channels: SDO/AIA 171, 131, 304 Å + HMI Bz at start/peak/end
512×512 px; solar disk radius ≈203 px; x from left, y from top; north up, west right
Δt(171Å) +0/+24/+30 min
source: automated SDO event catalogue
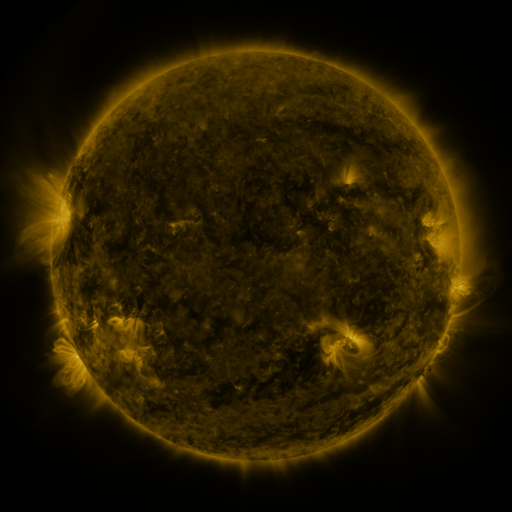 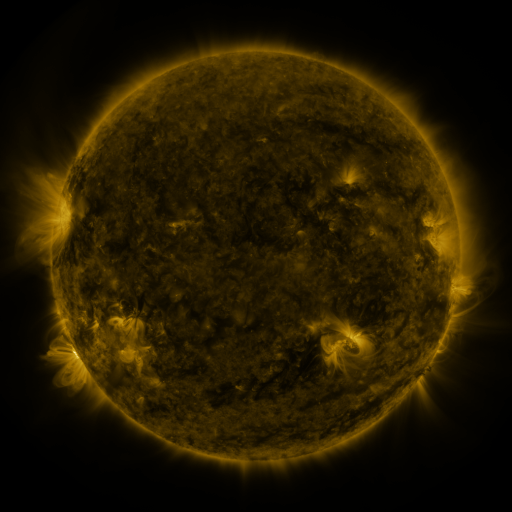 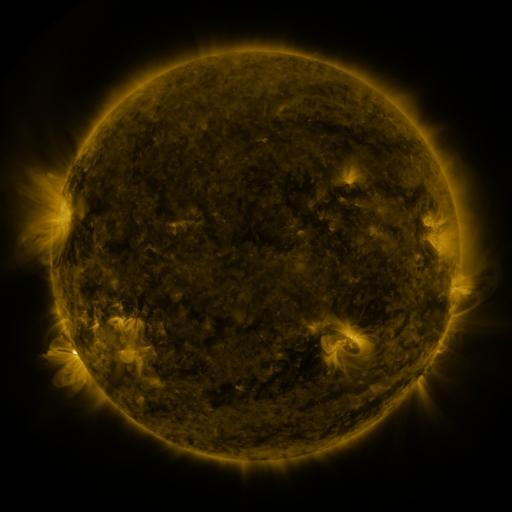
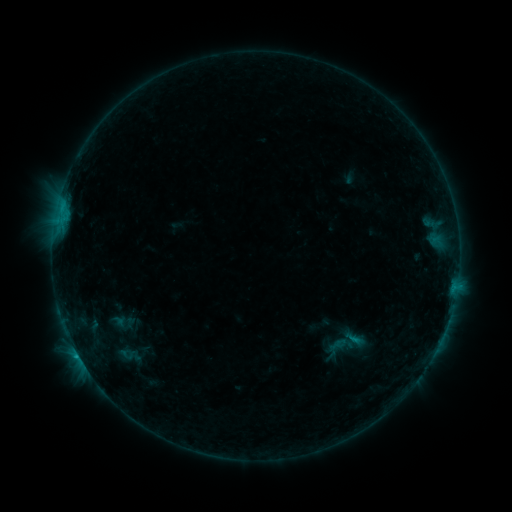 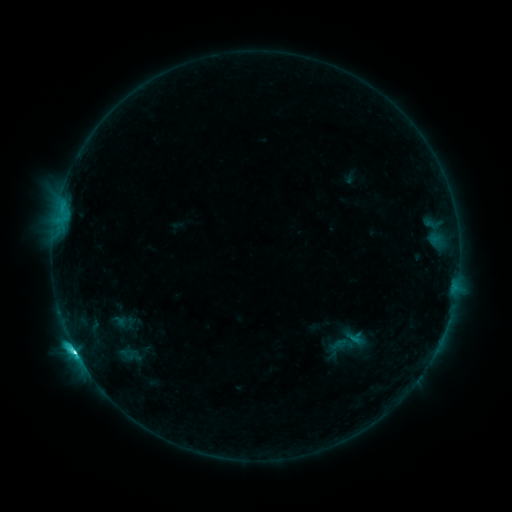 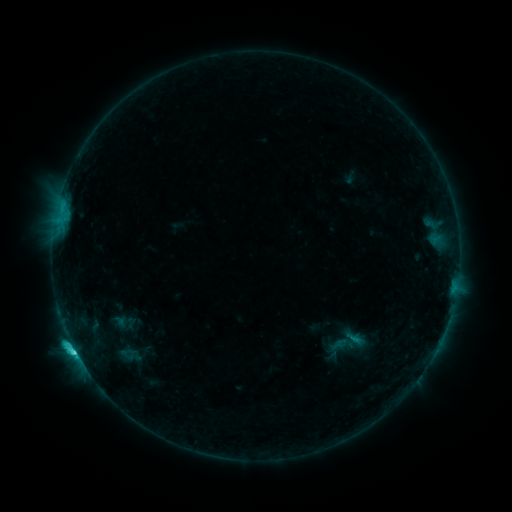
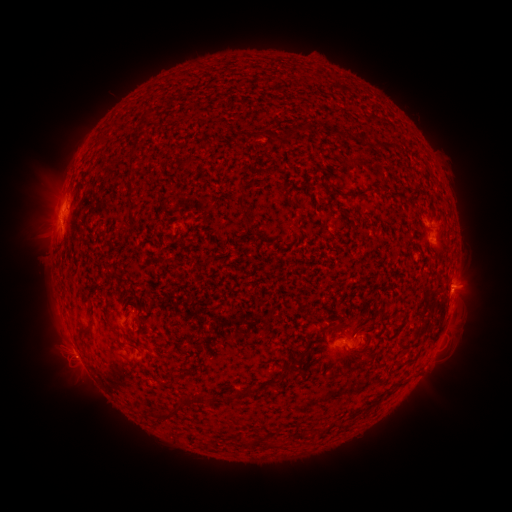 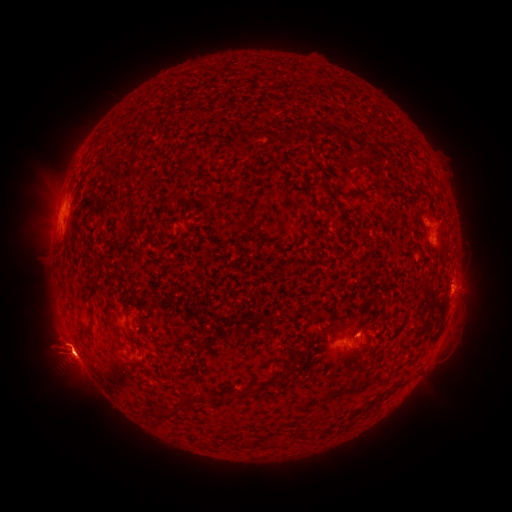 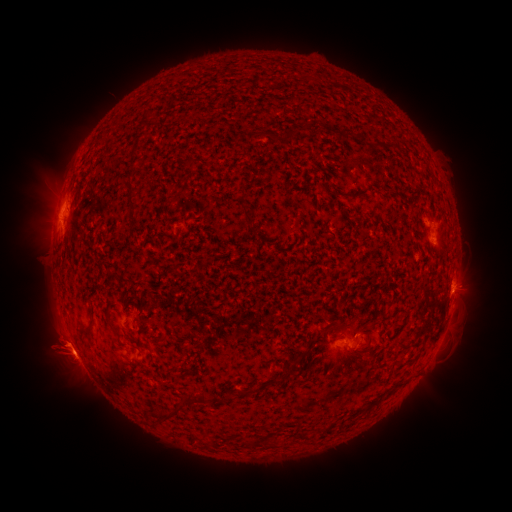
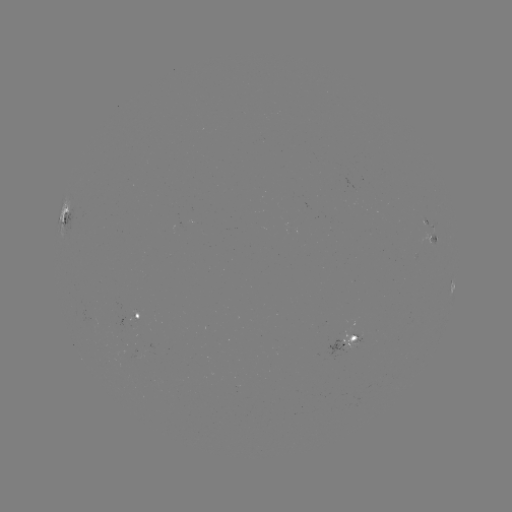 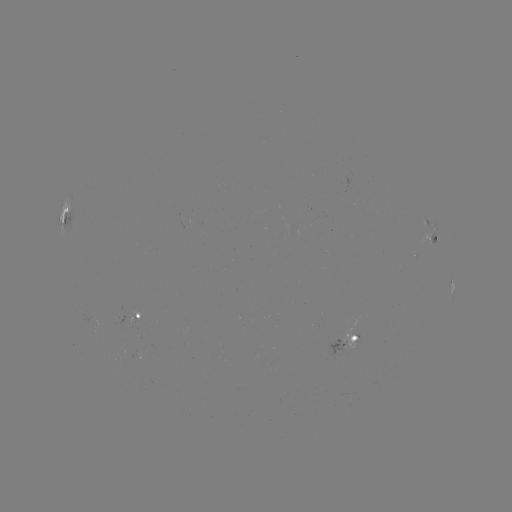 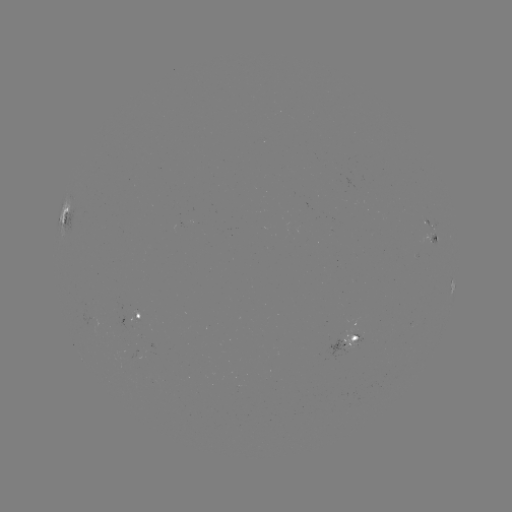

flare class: C5.1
